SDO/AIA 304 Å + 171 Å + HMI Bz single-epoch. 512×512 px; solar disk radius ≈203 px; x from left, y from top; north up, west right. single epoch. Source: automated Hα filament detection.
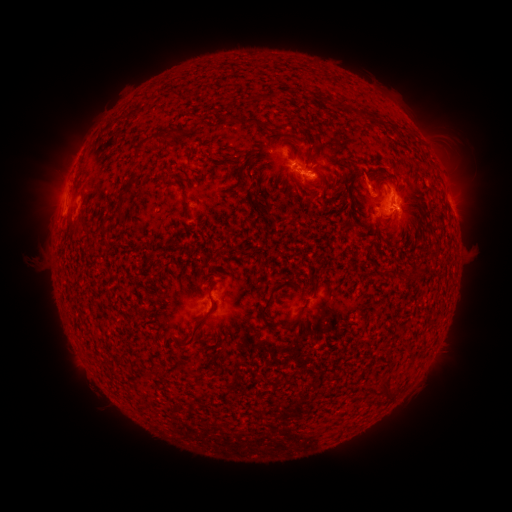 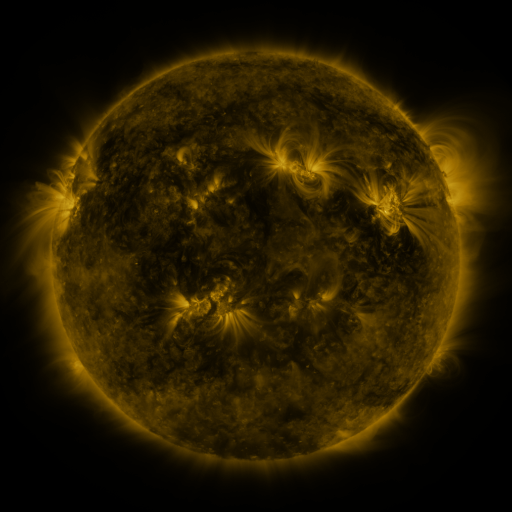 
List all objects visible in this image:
filament: [241, 115, 266, 129]
filament: [165, 127, 177, 140]
filament: [307, 168, 317, 175]
filament: [371, 184, 382, 195]
filament: [182, 197, 193, 218]
filament: [67, 215, 77, 229]
filament: [200, 262, 210, 270]
filament: [381, 270, 404, 280]
filament: [257, 286, 279, 326]
filament: [172, 298, 214, 346]
filament: [280, 320, 299, 333]
filament: [189, 371, 200, 379]
